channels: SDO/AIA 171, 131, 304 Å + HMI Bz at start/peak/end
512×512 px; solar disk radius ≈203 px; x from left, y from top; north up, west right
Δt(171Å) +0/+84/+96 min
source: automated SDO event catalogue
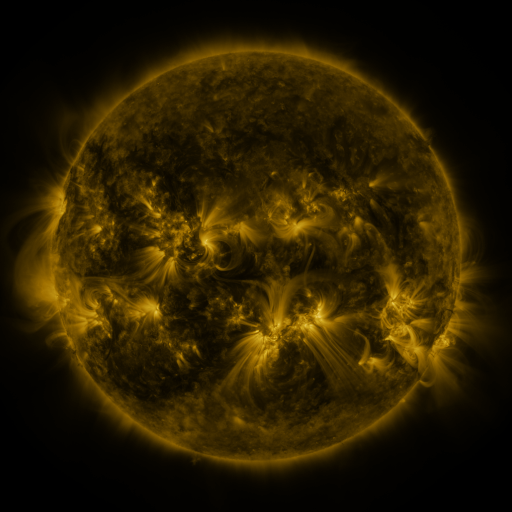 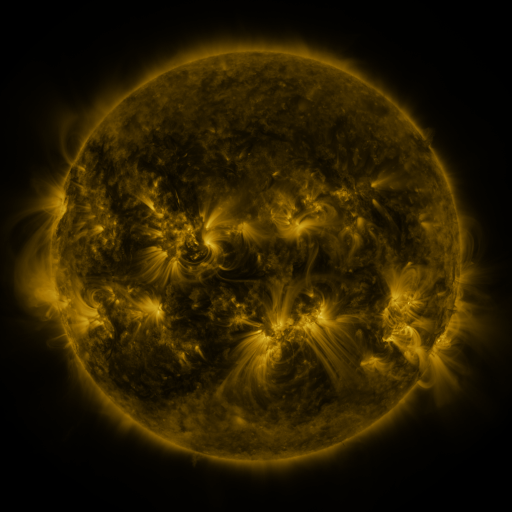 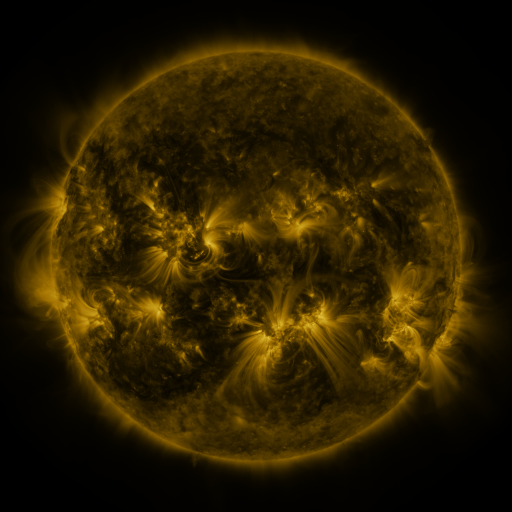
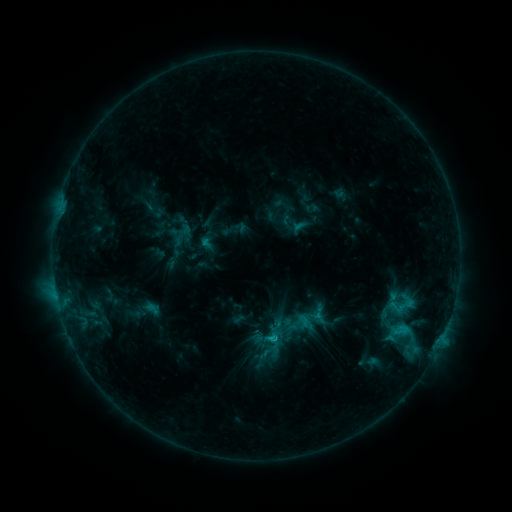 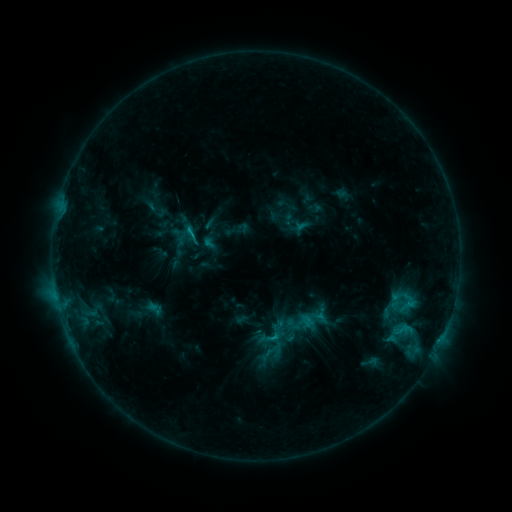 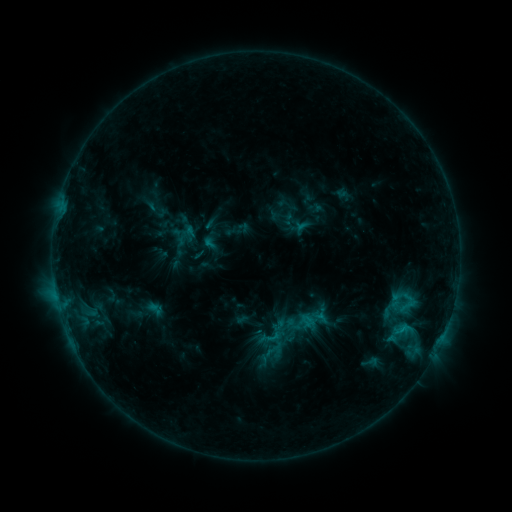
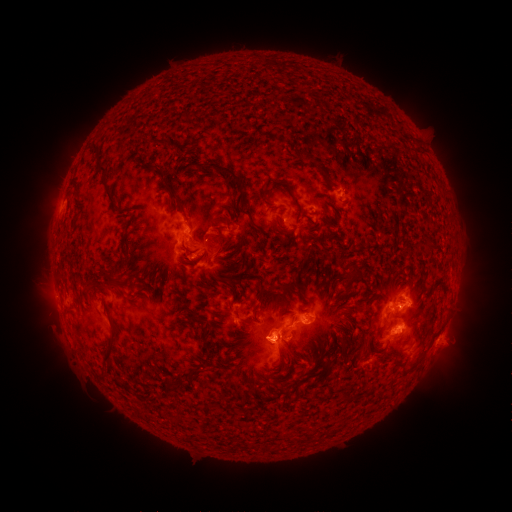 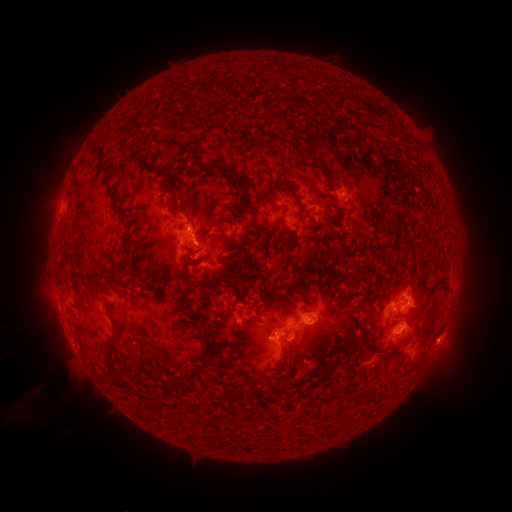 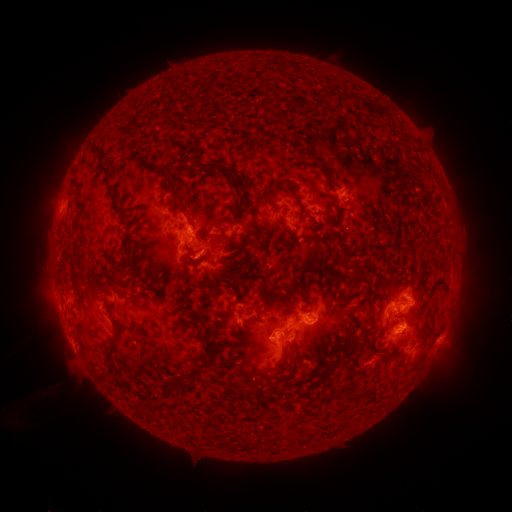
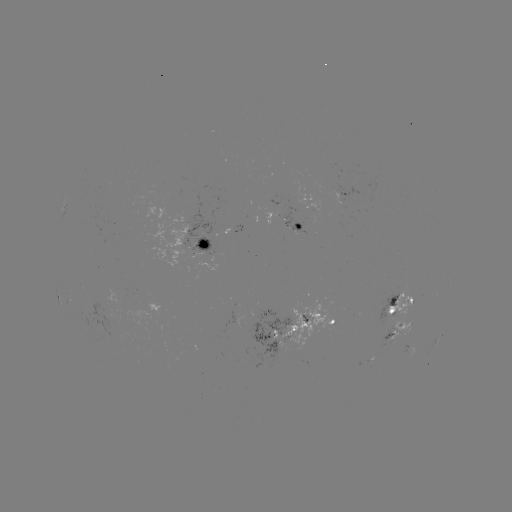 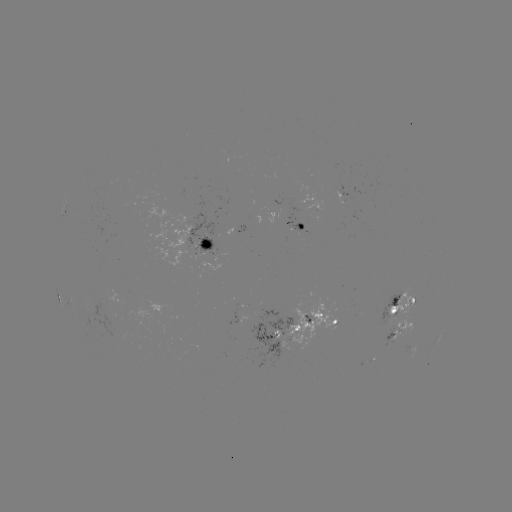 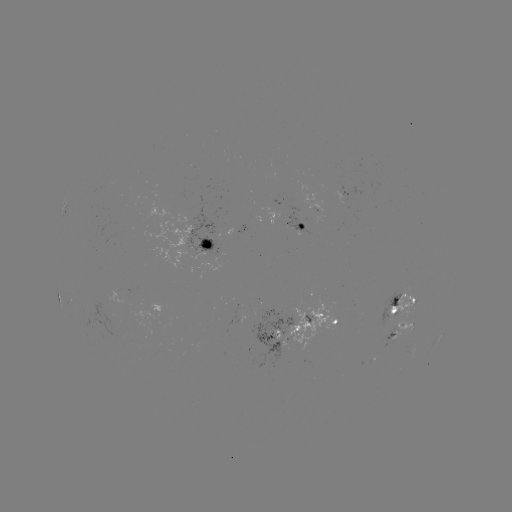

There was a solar emerging-flux region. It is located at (200, 241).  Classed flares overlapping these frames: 1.